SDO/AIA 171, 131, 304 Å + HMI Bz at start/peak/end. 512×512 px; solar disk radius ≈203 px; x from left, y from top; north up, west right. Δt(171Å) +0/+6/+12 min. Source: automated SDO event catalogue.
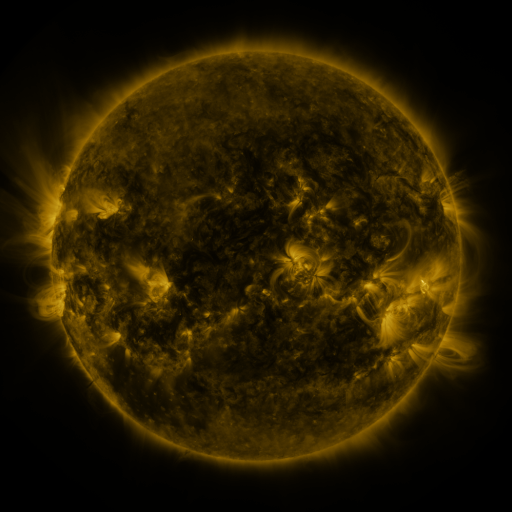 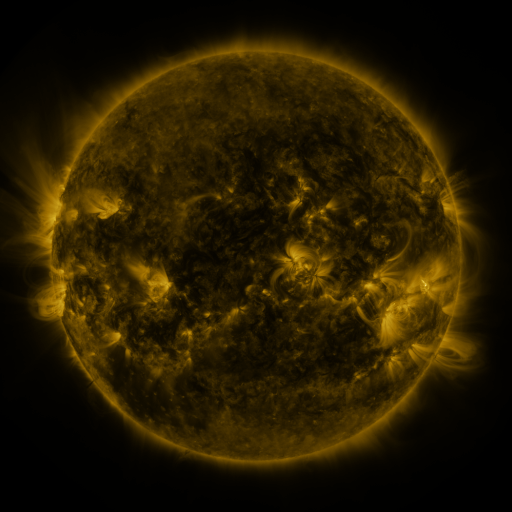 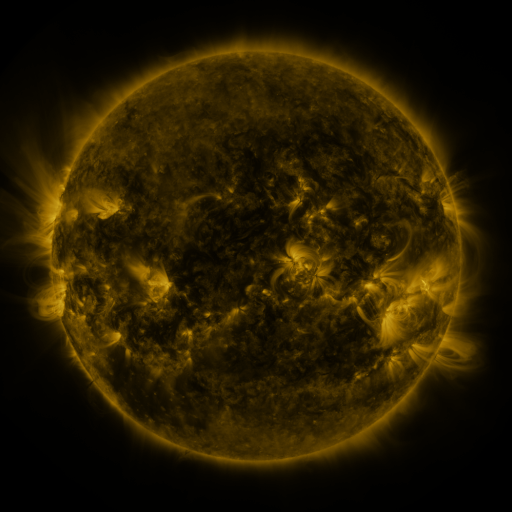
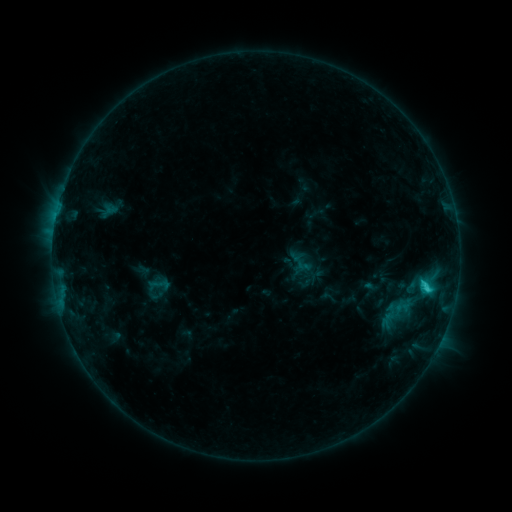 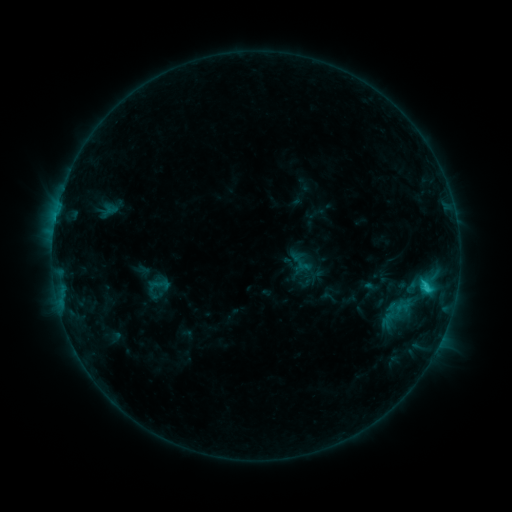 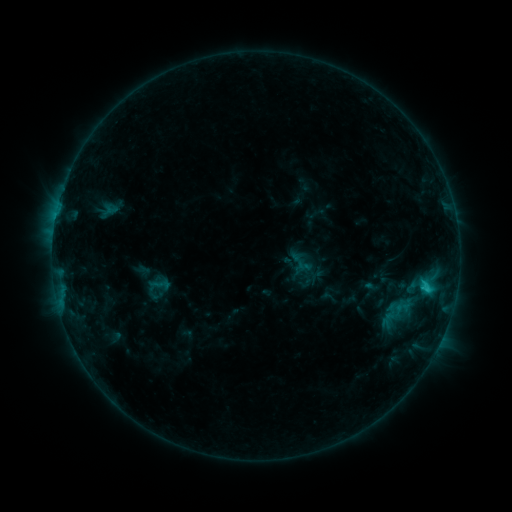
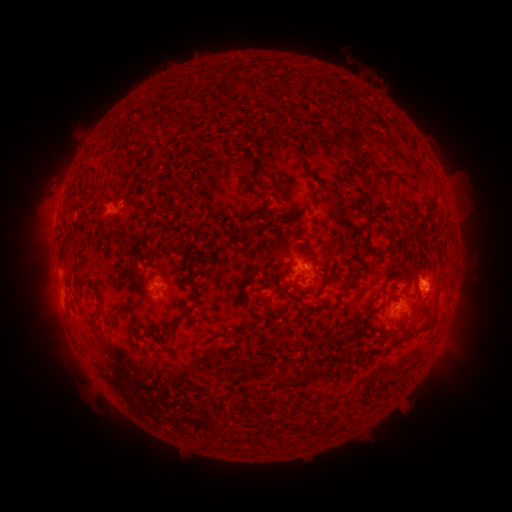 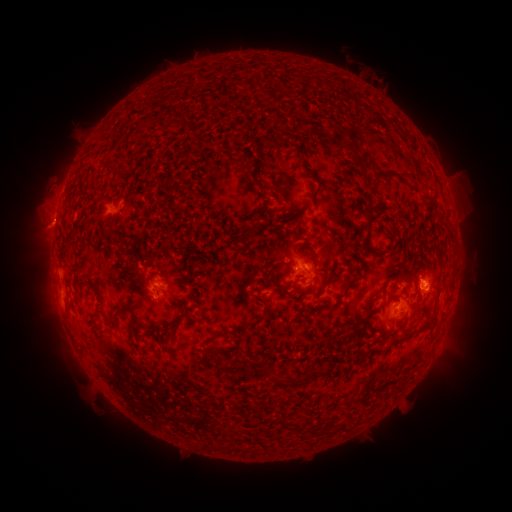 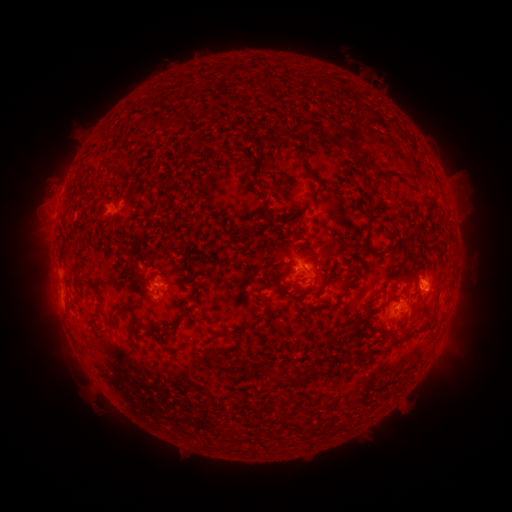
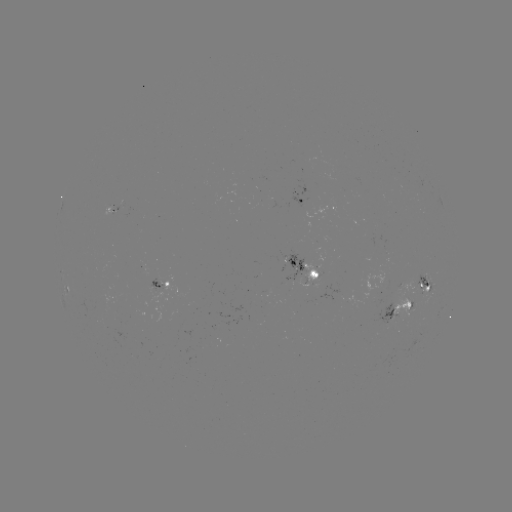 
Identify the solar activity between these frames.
eruption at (47, 227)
